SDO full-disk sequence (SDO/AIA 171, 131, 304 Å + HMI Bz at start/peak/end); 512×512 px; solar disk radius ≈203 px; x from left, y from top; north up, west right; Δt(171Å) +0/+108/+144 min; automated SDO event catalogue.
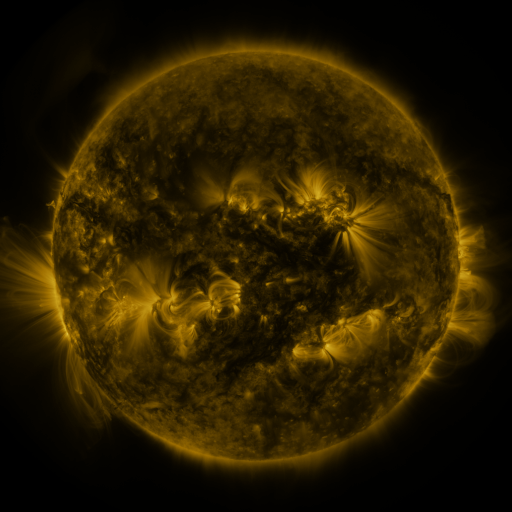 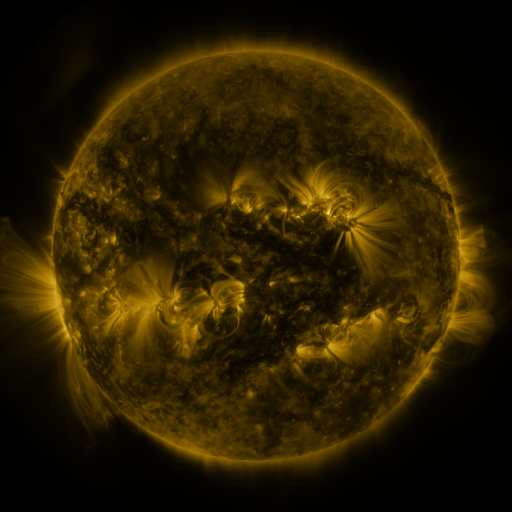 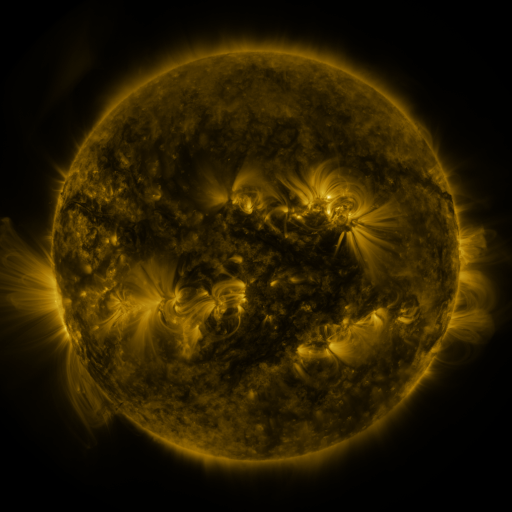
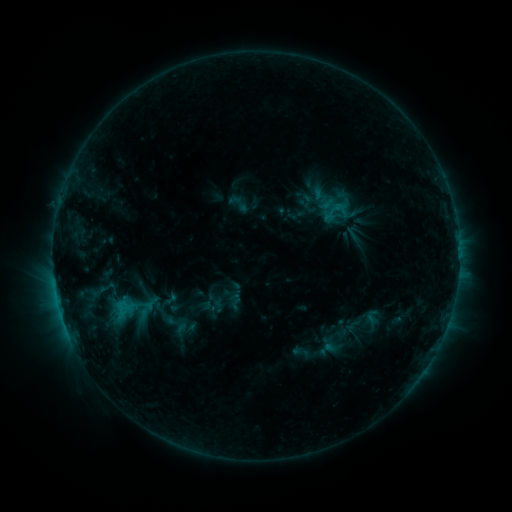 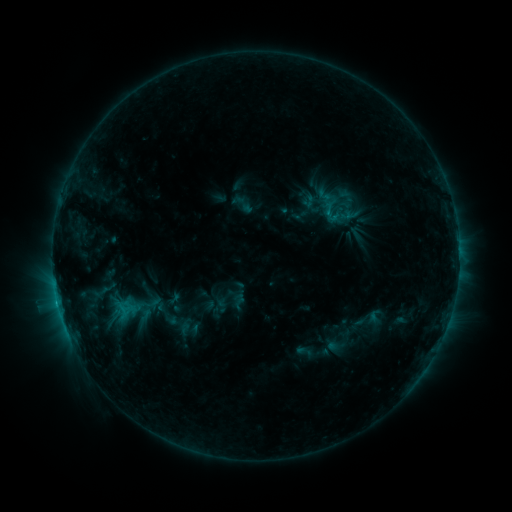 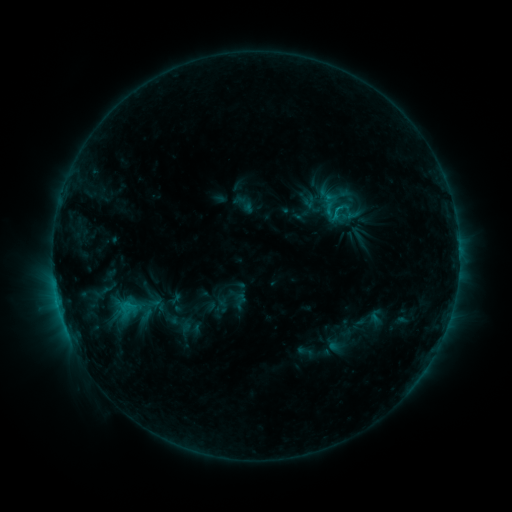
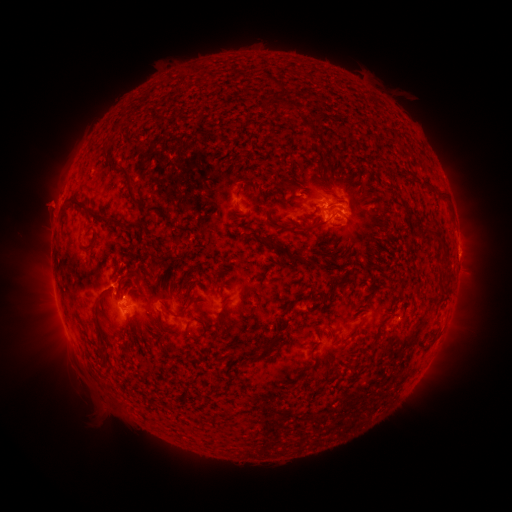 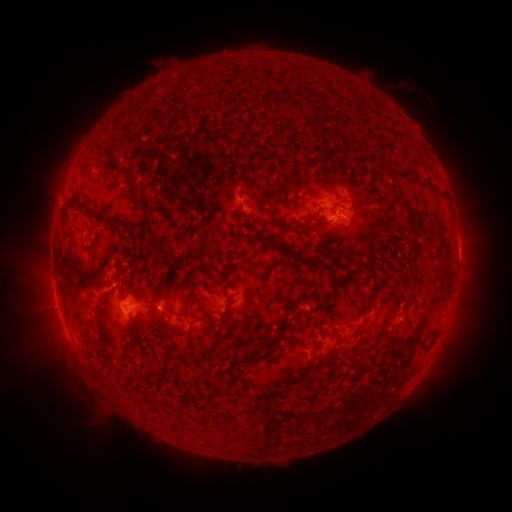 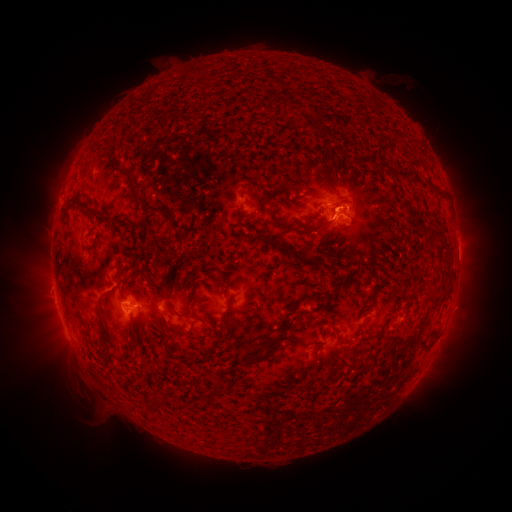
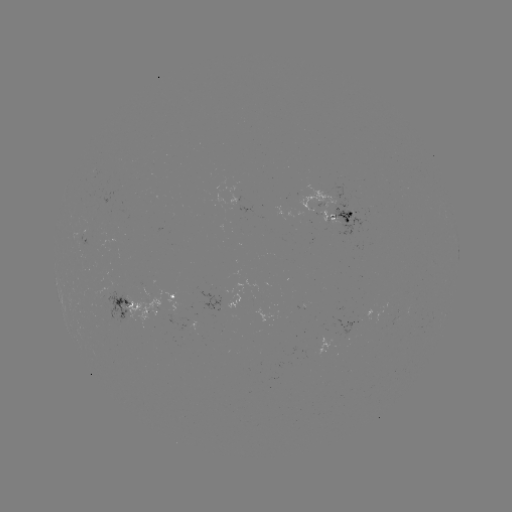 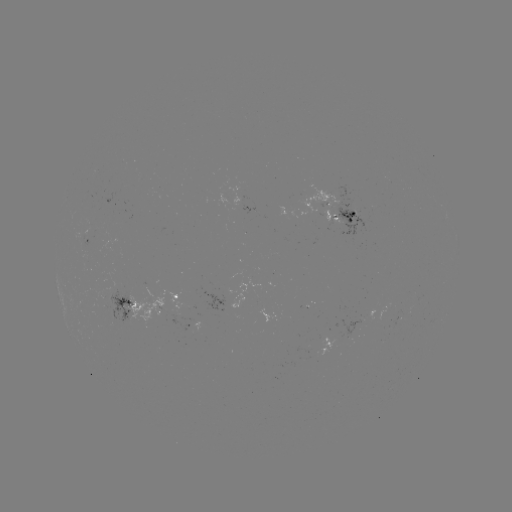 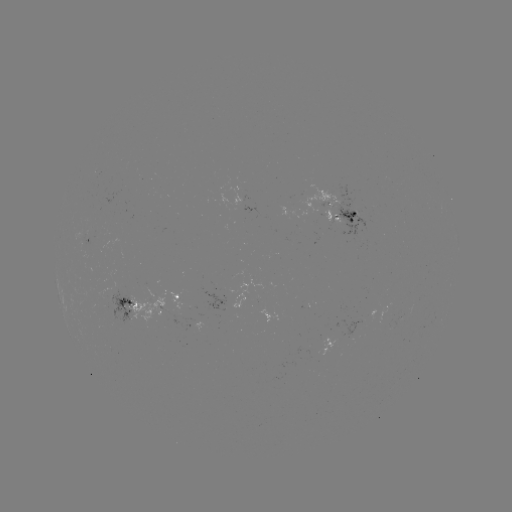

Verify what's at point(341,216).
emerging-flux region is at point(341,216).